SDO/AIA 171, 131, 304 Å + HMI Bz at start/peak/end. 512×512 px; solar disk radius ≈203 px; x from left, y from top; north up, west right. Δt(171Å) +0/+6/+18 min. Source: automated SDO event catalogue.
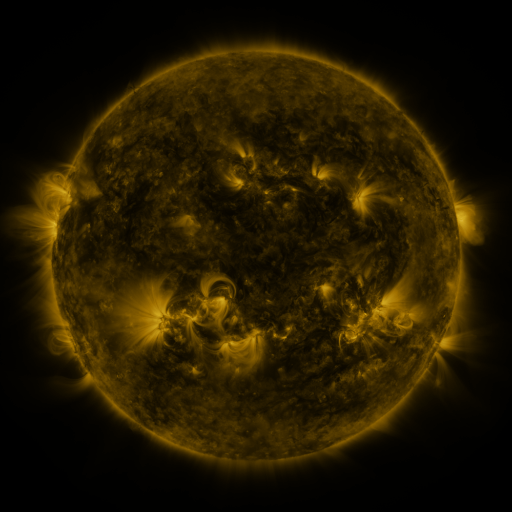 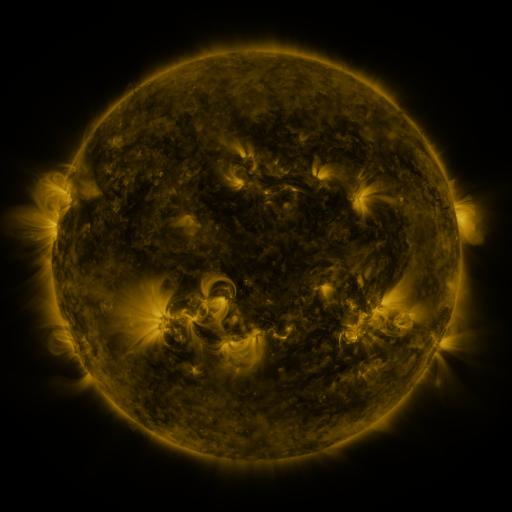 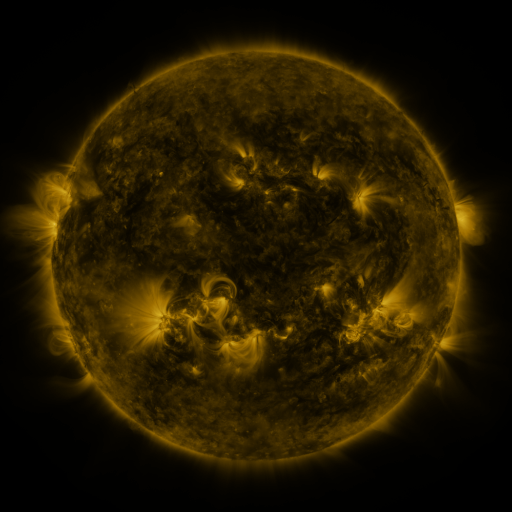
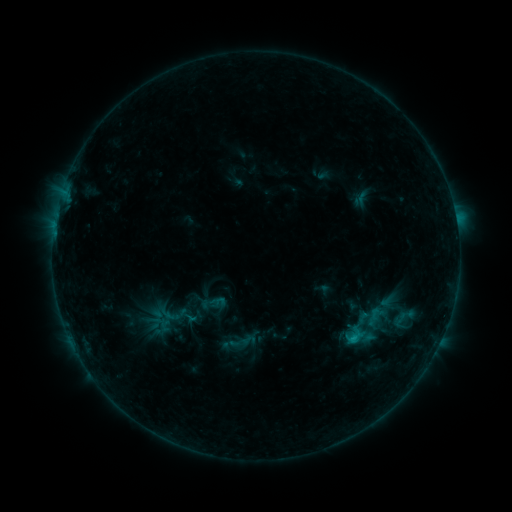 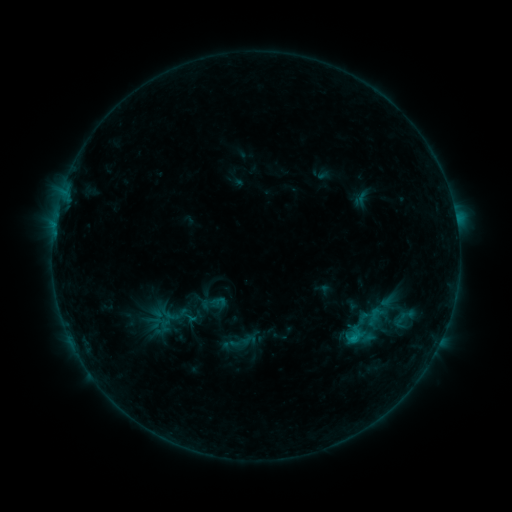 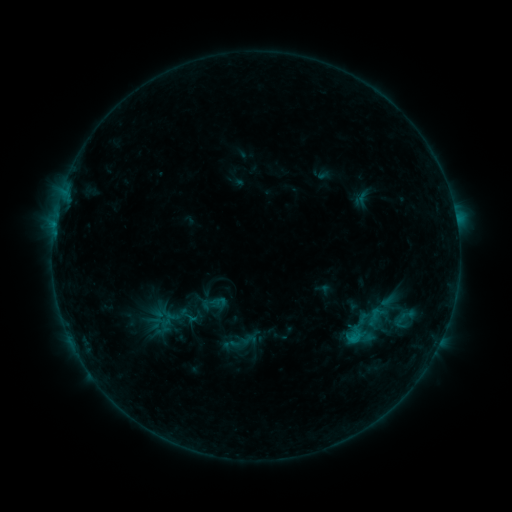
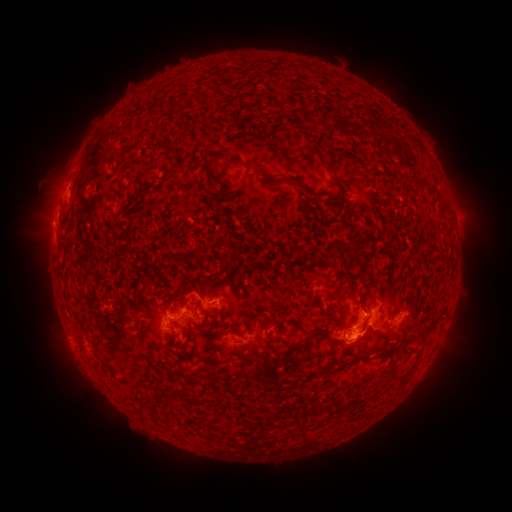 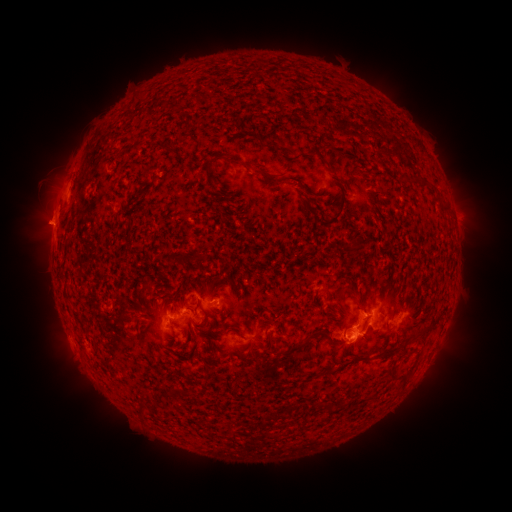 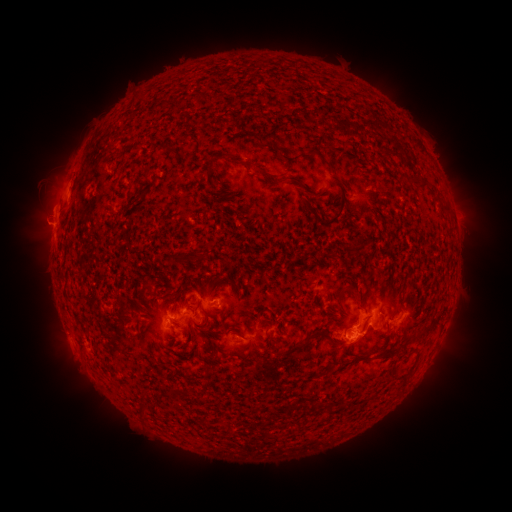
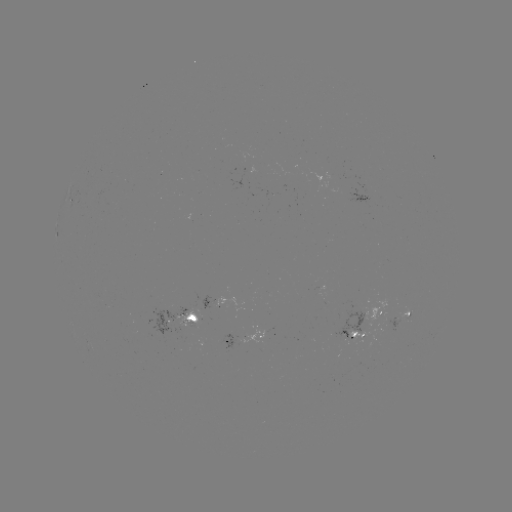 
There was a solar eruption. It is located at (43, 216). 